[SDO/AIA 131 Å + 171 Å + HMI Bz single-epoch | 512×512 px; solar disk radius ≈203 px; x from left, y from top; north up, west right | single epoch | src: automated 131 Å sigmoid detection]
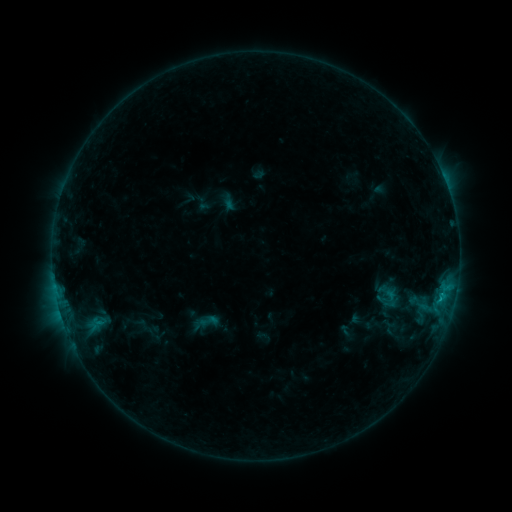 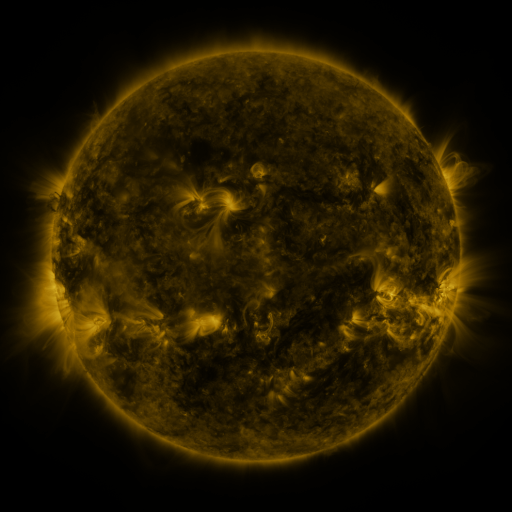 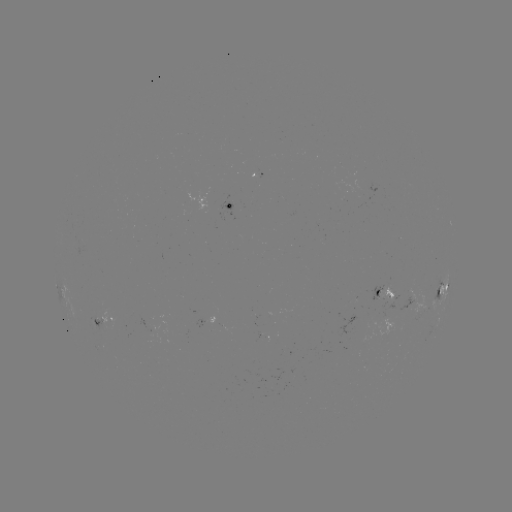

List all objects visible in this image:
sigmoid: <bbox>198, 311, 220, 331</bbox>
